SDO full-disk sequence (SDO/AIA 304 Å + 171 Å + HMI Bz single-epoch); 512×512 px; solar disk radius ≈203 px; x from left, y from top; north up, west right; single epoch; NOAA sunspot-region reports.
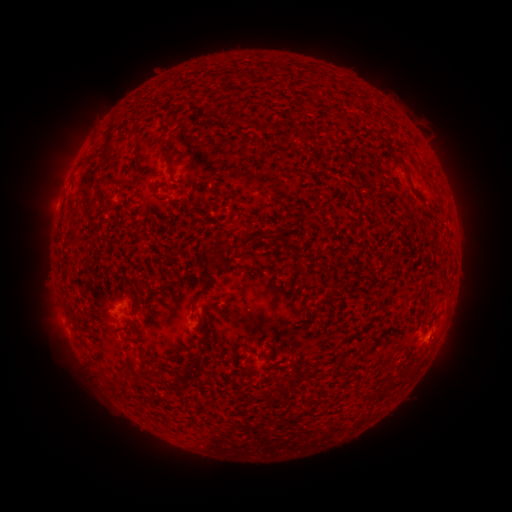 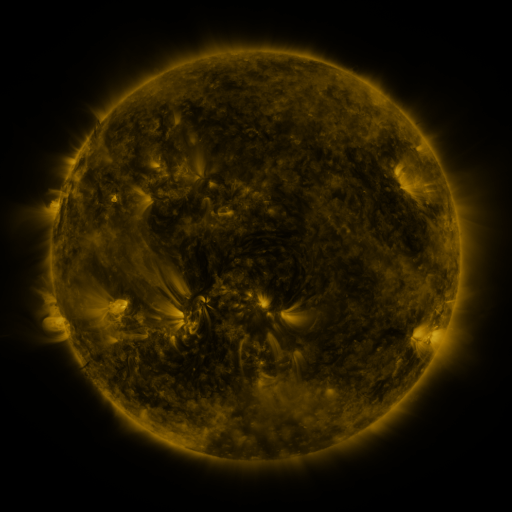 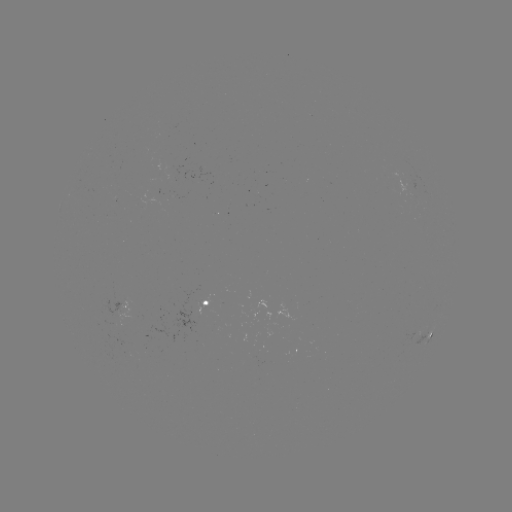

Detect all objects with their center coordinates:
spotted active region: (192, 305)
spotted active region: (129, 306)
spotted active region: (430, 336)
